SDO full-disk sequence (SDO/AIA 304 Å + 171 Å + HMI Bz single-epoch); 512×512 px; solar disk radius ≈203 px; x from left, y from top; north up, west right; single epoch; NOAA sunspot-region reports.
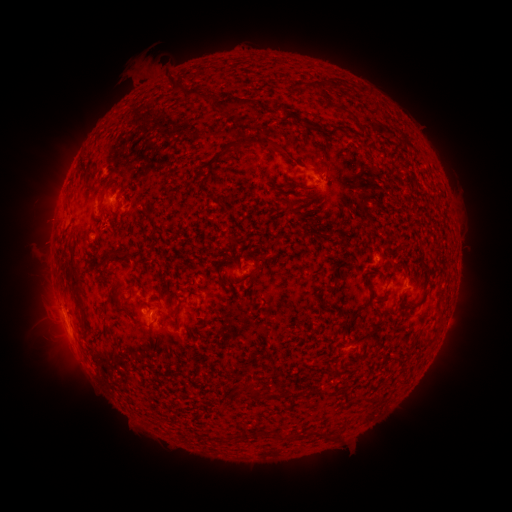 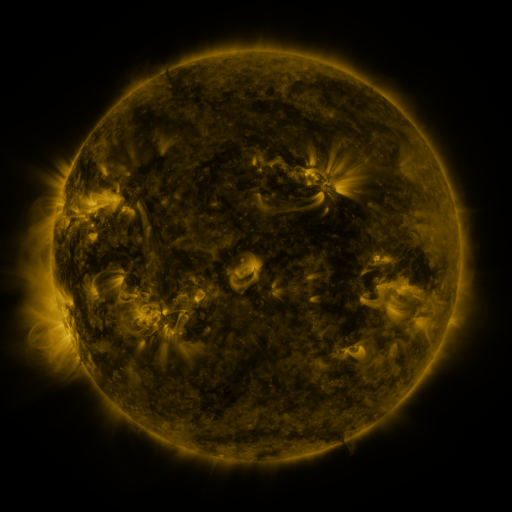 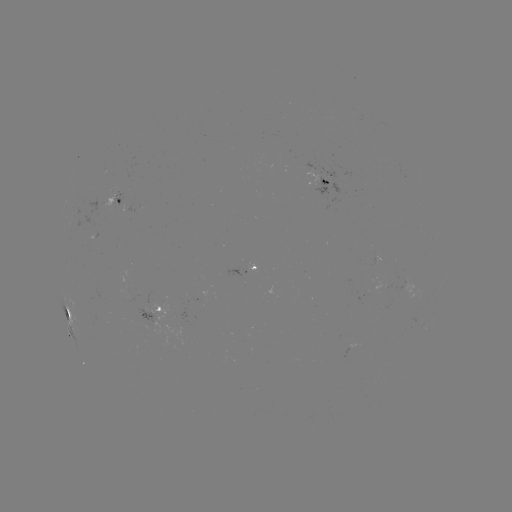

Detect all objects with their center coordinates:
spotted active region: (326, 182)
spotted active region: (114, 201)
spotted active region: (242, 271)
spotted active region: (66, 310)
spotted active region: (149, 310)
